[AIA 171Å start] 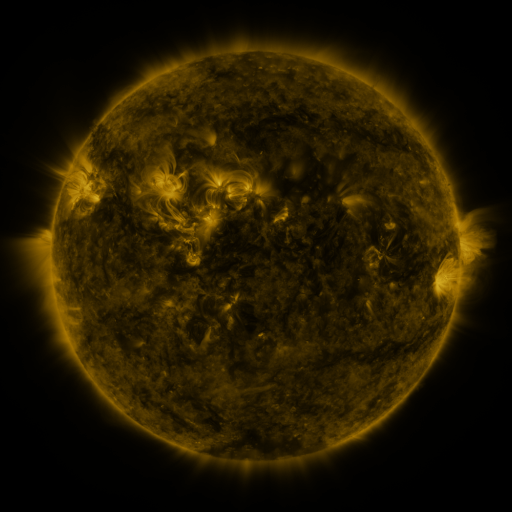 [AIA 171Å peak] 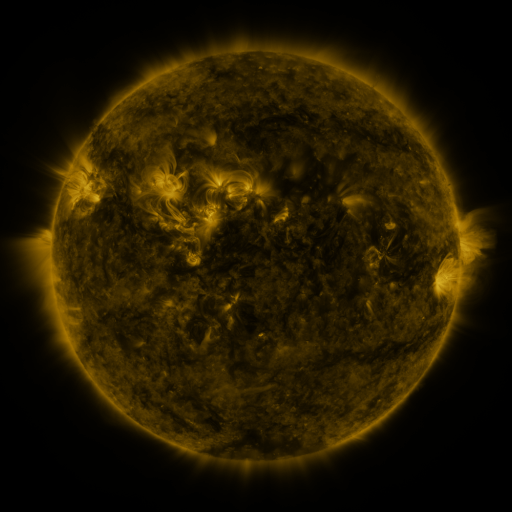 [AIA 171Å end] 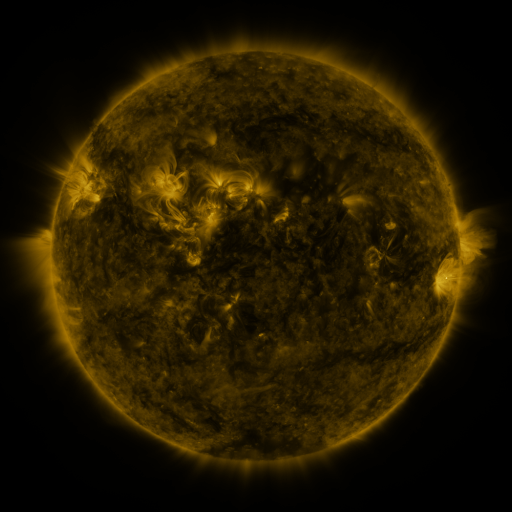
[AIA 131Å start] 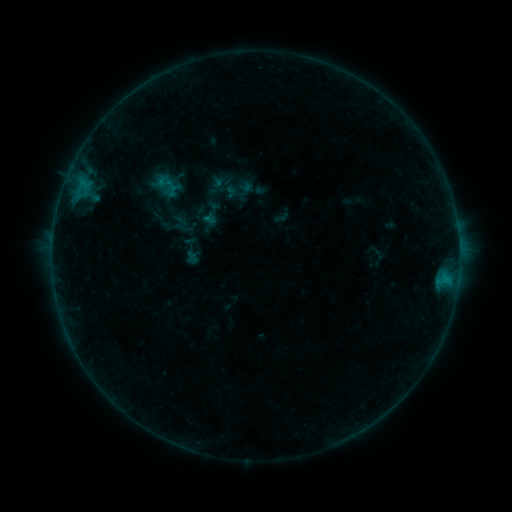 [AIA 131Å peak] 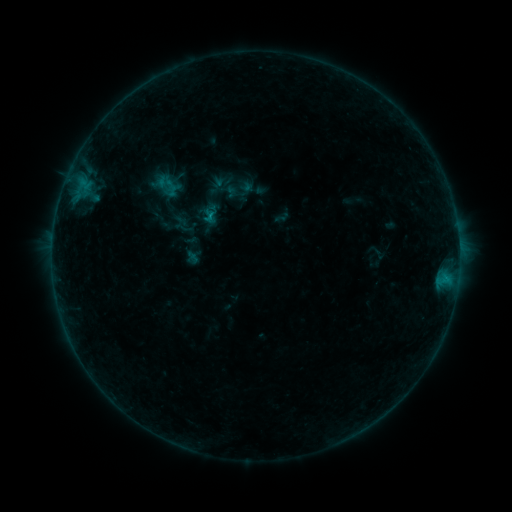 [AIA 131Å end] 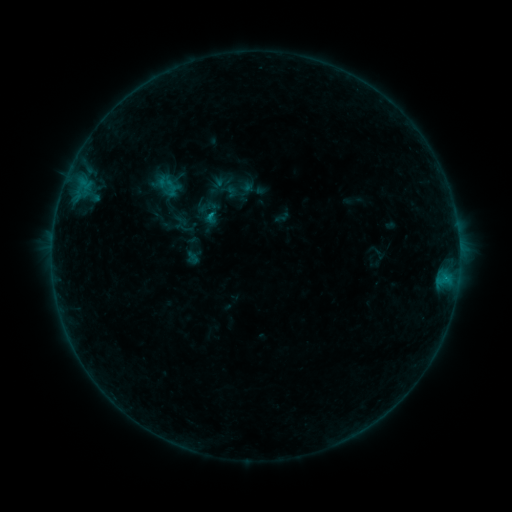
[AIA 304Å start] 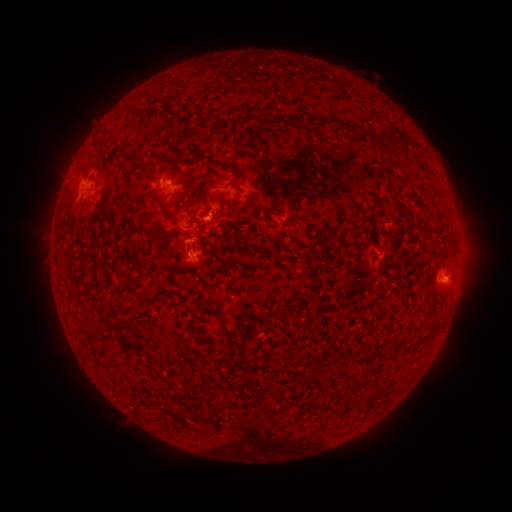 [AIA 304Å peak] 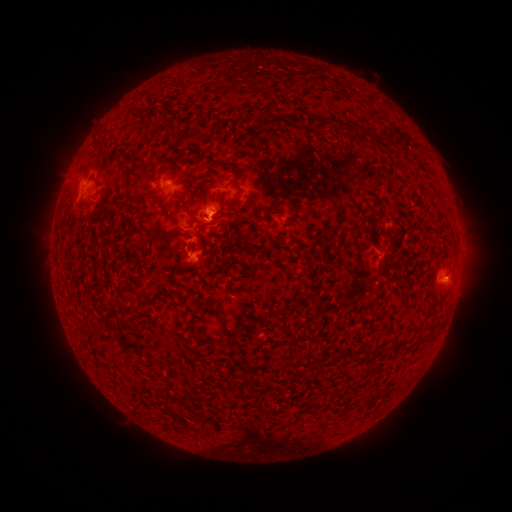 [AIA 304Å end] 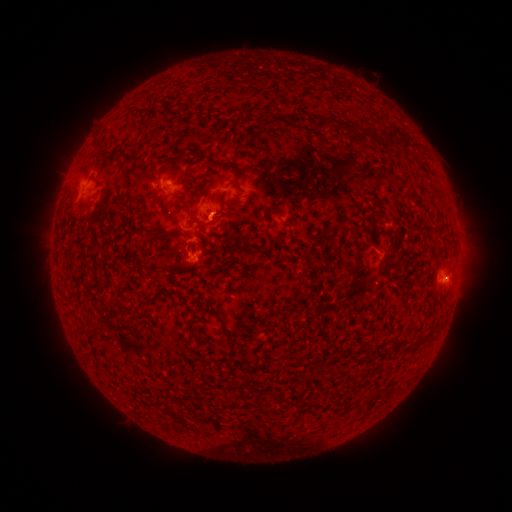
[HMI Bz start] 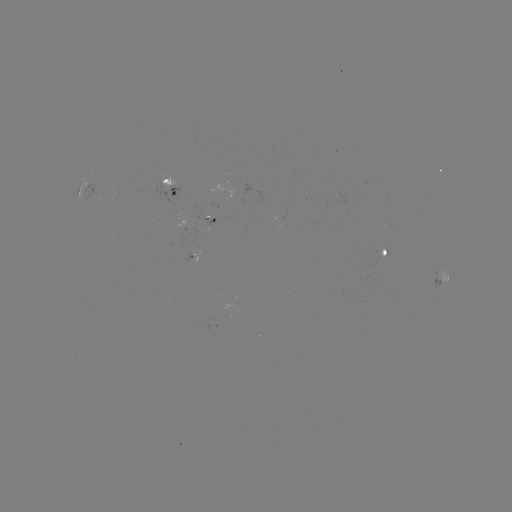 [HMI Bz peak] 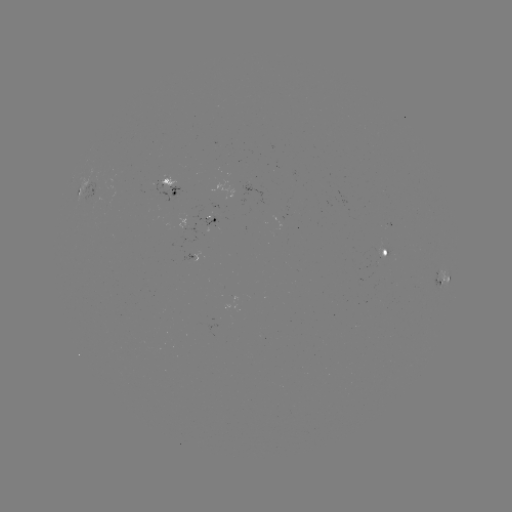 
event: eruption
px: (202, 203)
